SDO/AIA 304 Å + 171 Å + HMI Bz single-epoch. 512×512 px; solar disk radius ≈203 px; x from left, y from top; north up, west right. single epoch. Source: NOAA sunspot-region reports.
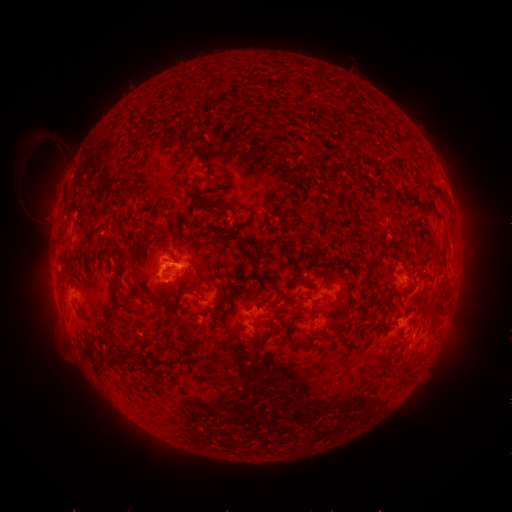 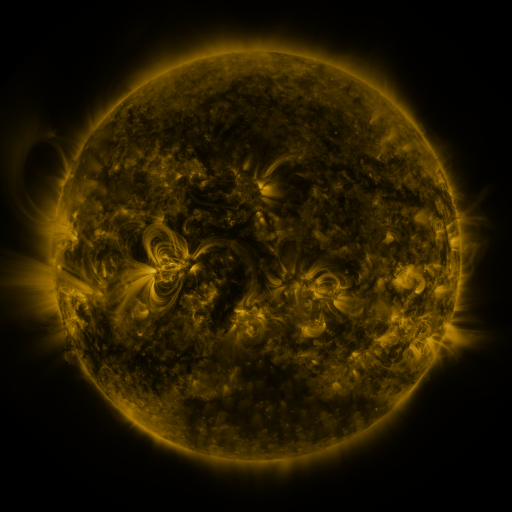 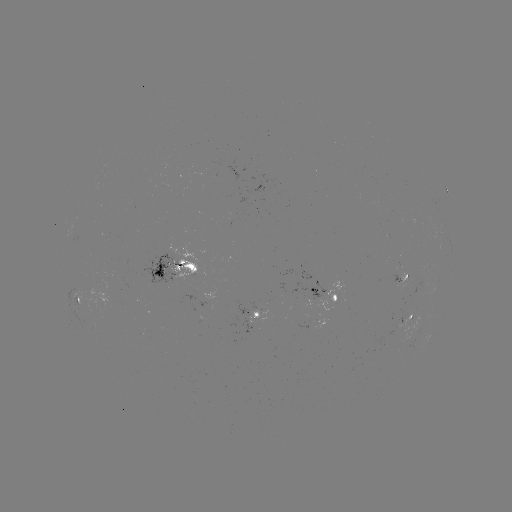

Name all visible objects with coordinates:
spotted active region: (446, 188)
spotted active region: (179, 266)
spotted active region: (403, 276)
spotted active region: (327, 287)
spotted active region: (79, 300)
spotted active region: (259, 314)
spotted active region: (413, 316)
spotted active region: (323, 322)
